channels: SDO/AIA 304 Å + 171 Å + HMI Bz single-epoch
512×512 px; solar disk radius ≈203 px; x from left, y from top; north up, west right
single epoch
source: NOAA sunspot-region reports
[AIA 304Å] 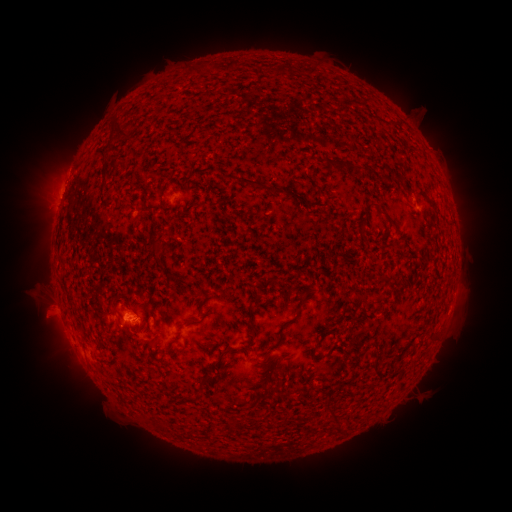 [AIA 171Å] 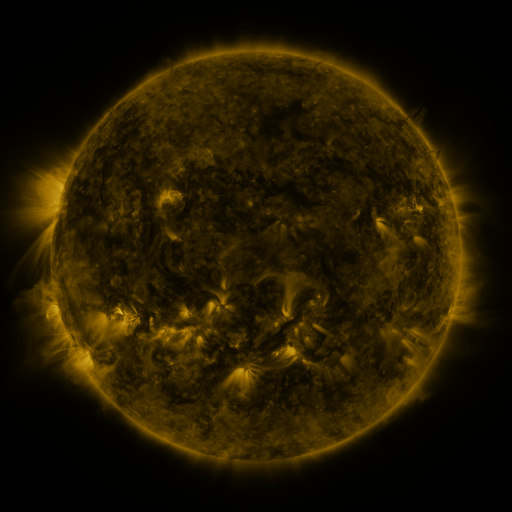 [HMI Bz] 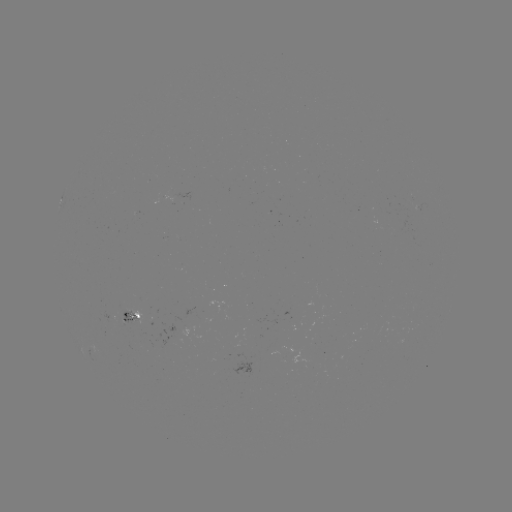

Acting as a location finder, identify spotted active region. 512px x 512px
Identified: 132,318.